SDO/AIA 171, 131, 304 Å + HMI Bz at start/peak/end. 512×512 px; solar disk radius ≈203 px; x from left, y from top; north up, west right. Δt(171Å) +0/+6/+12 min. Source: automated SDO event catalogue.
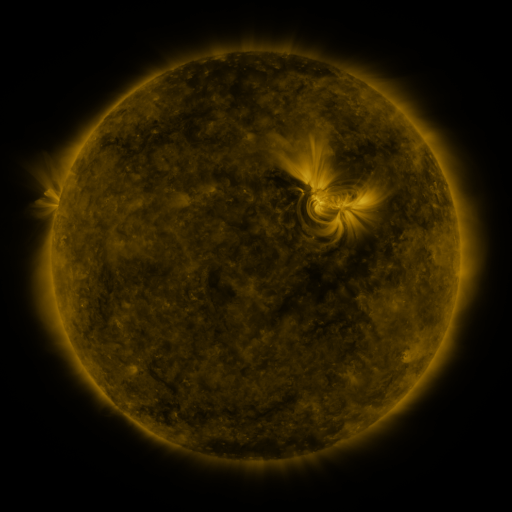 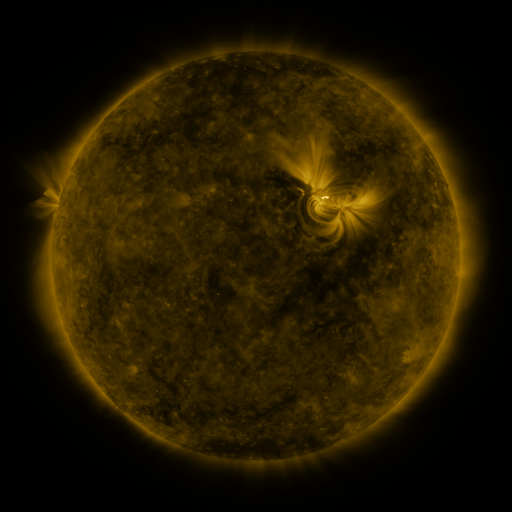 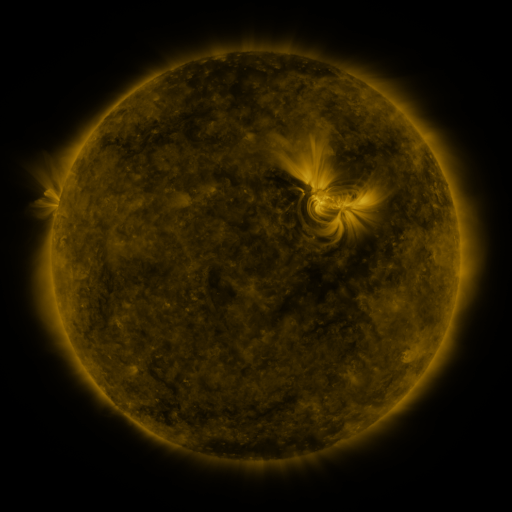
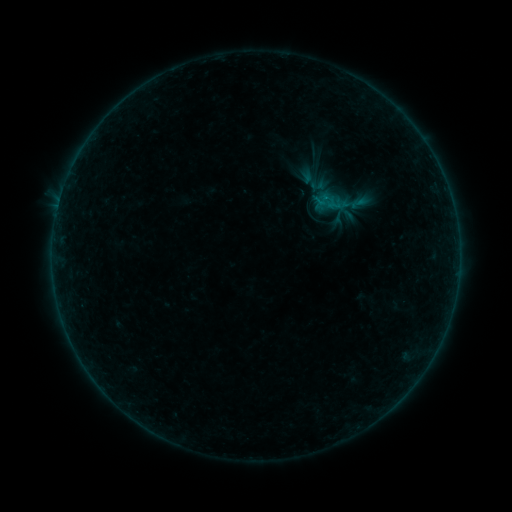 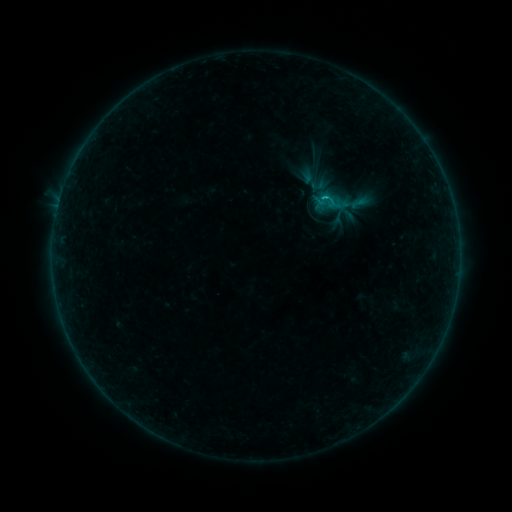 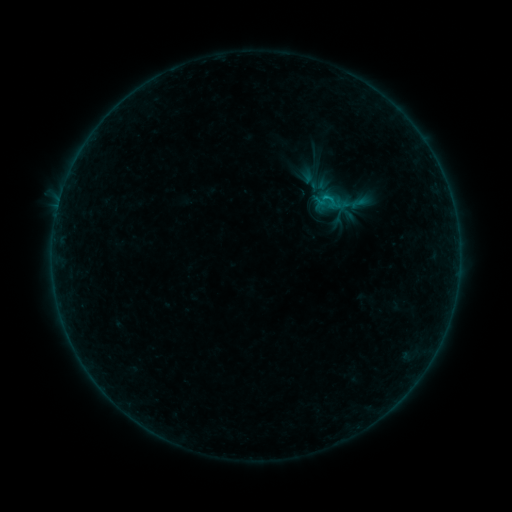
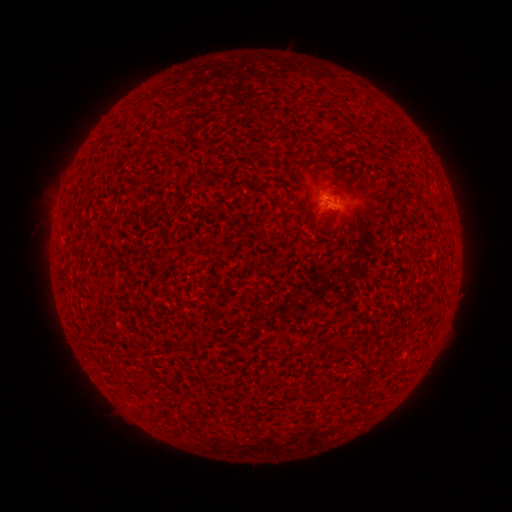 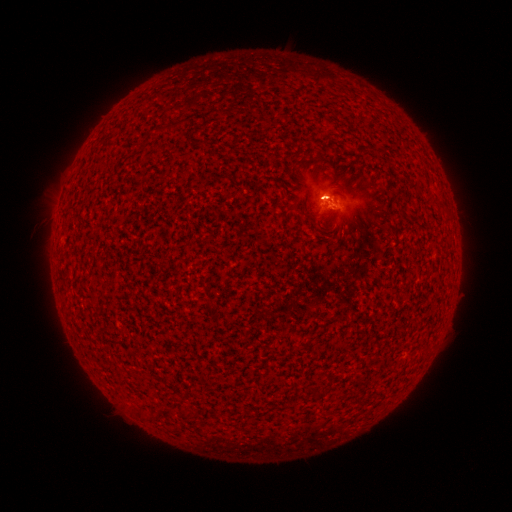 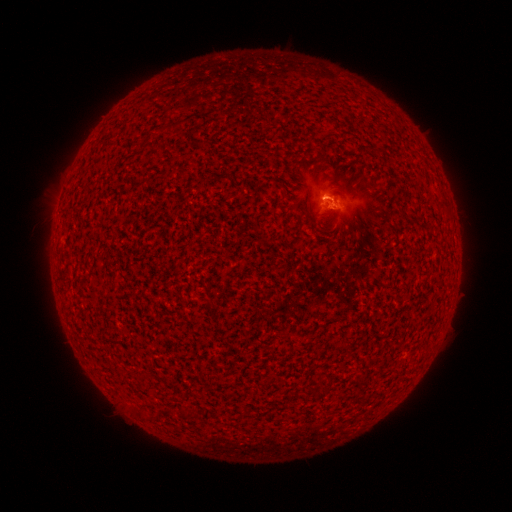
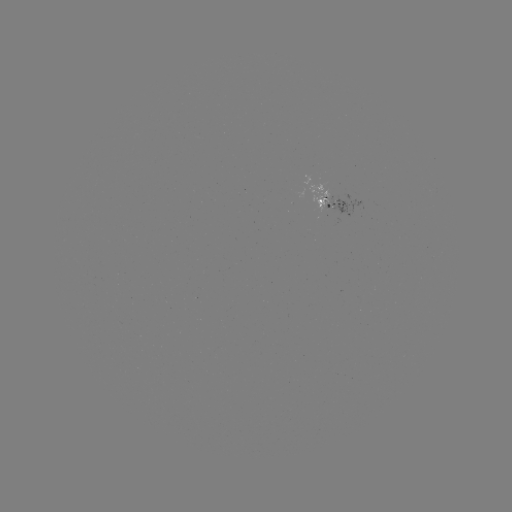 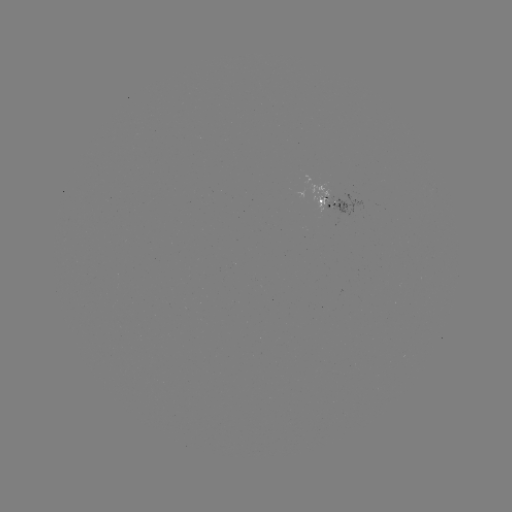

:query B2.8 flare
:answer (329, 200)